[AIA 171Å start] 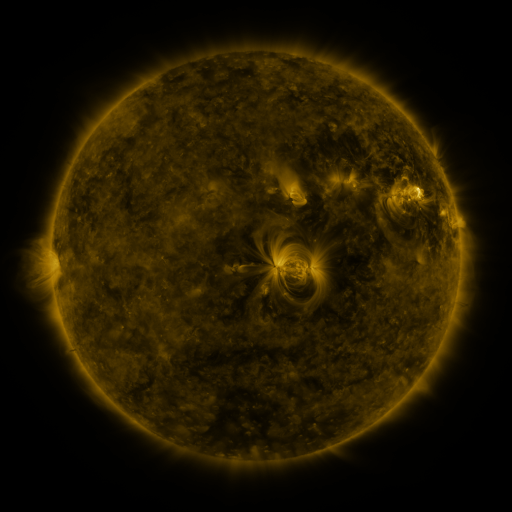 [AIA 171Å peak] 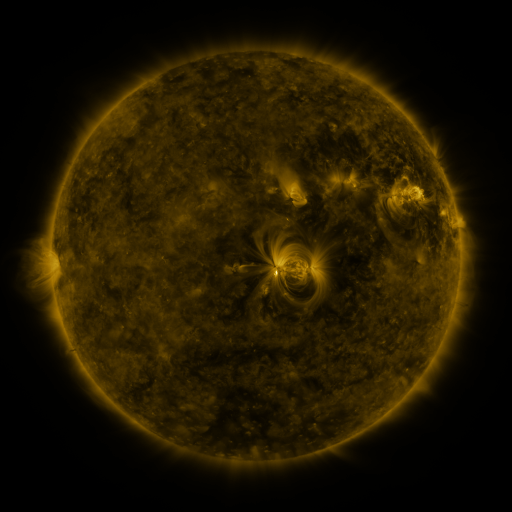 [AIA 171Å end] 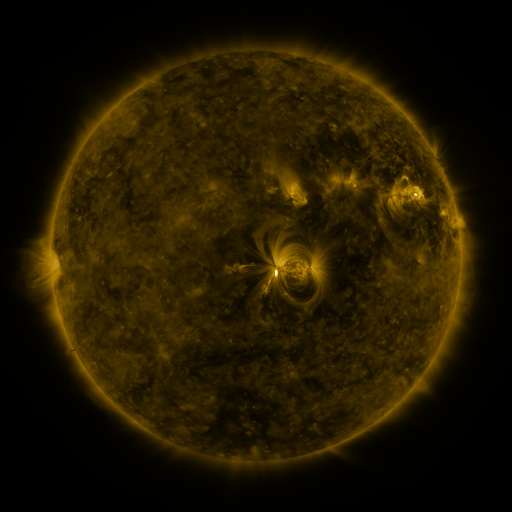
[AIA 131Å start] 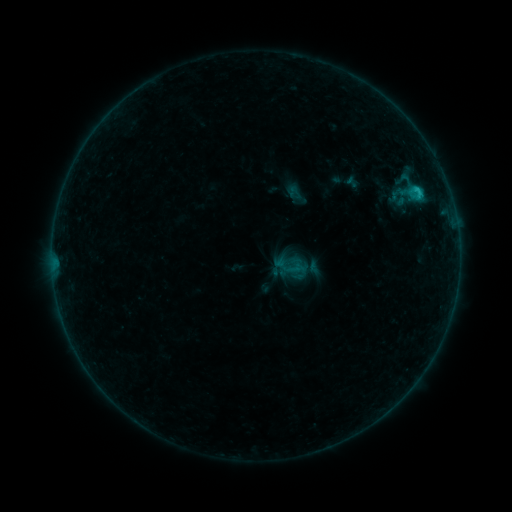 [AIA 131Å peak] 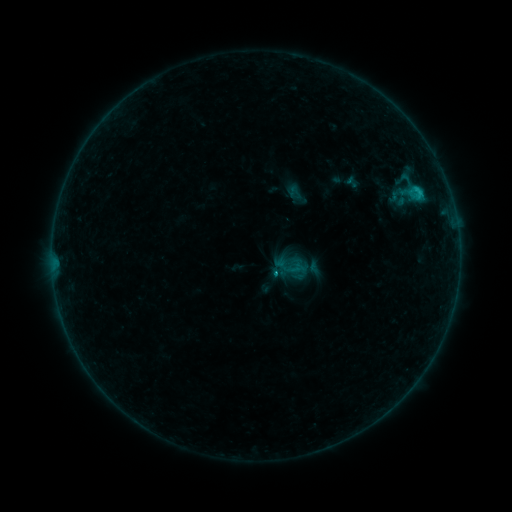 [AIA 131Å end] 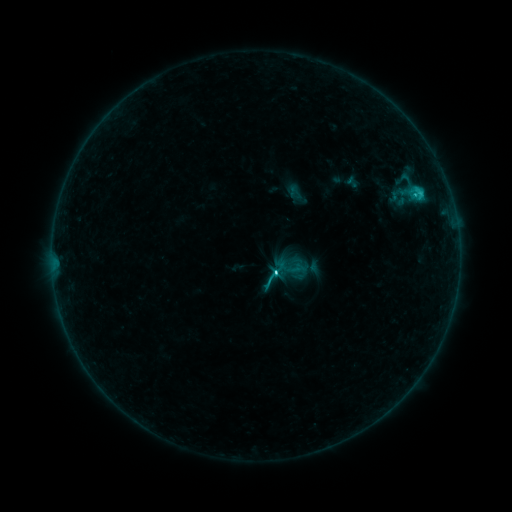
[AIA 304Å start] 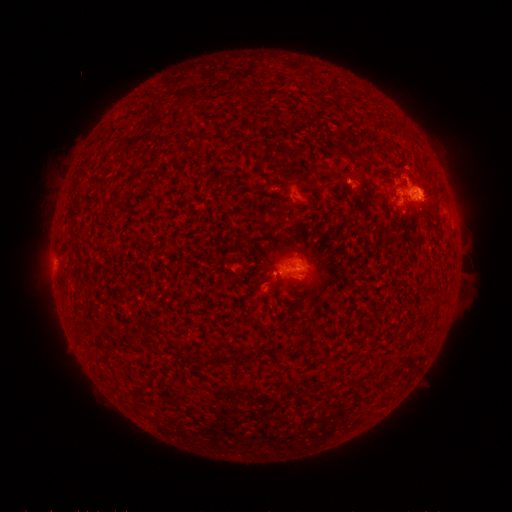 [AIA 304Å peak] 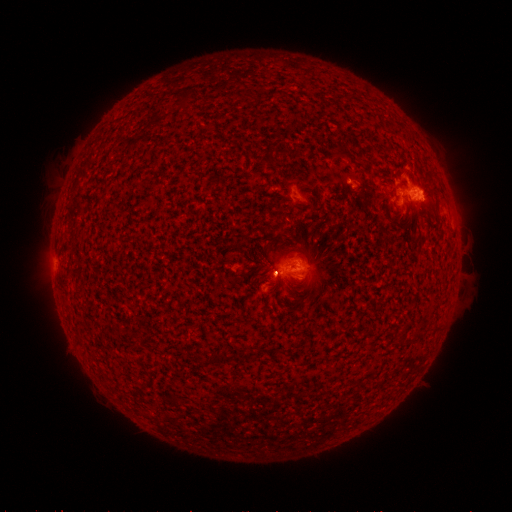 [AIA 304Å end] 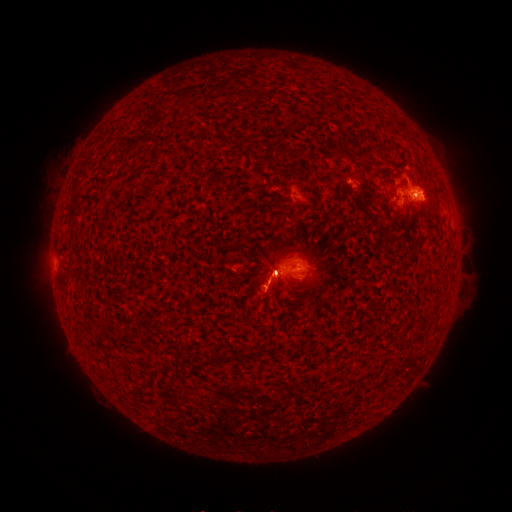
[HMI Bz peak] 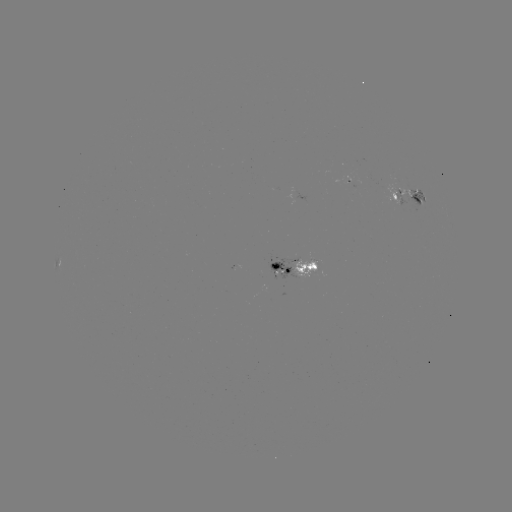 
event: flare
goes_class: C5.1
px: (273, 272)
